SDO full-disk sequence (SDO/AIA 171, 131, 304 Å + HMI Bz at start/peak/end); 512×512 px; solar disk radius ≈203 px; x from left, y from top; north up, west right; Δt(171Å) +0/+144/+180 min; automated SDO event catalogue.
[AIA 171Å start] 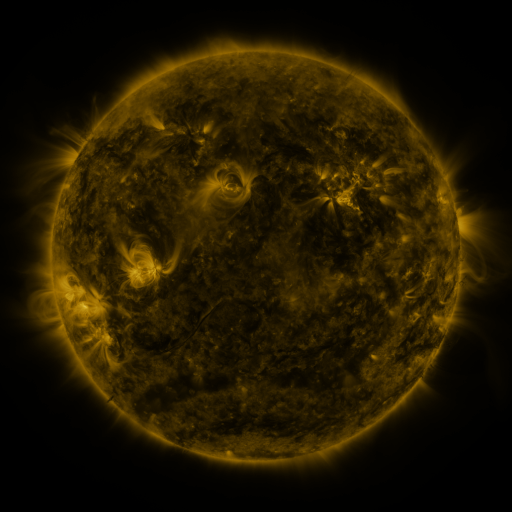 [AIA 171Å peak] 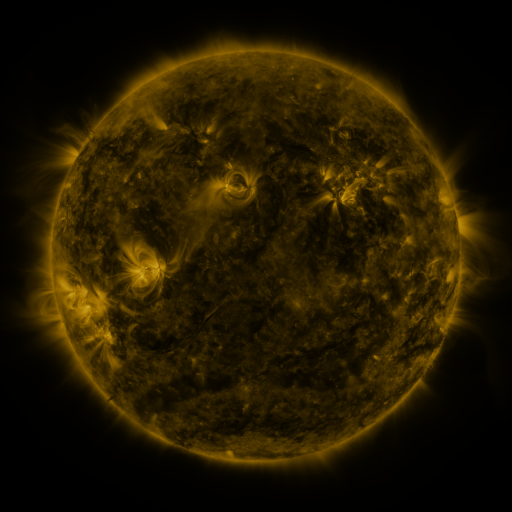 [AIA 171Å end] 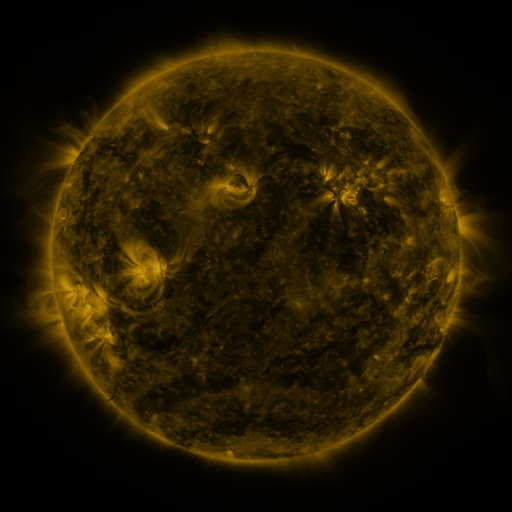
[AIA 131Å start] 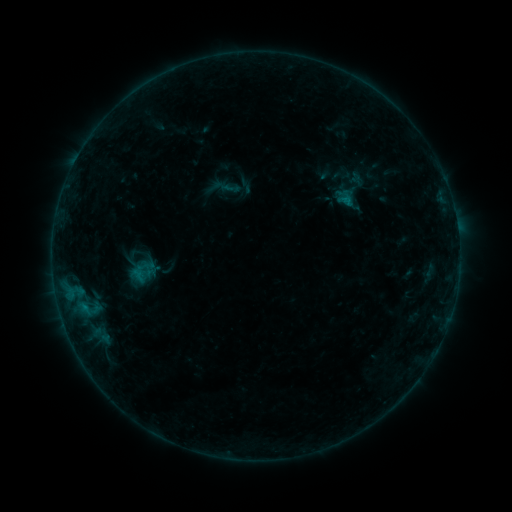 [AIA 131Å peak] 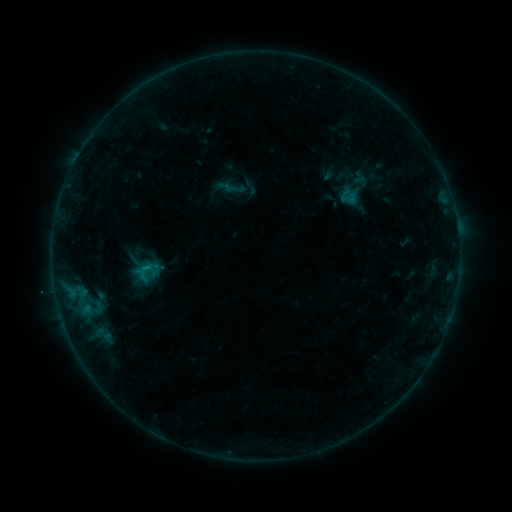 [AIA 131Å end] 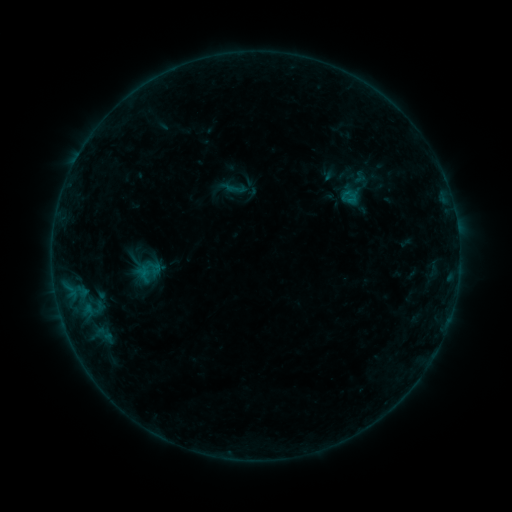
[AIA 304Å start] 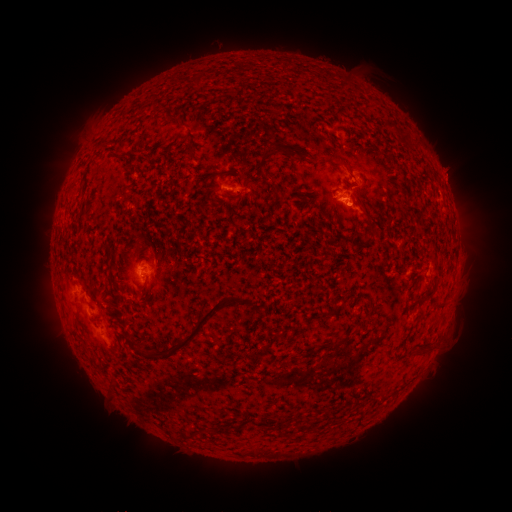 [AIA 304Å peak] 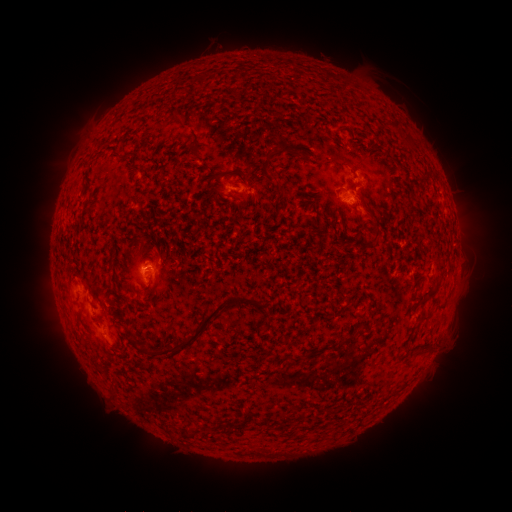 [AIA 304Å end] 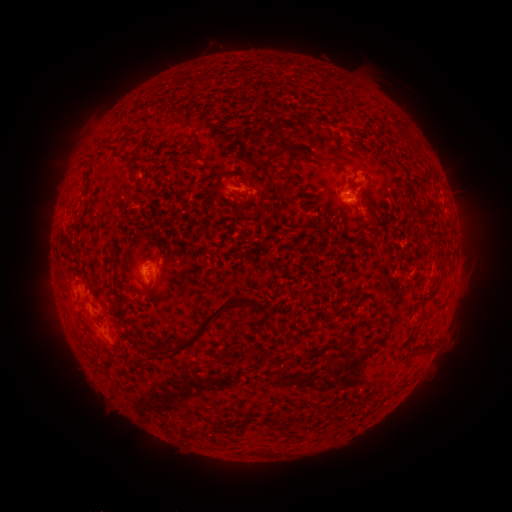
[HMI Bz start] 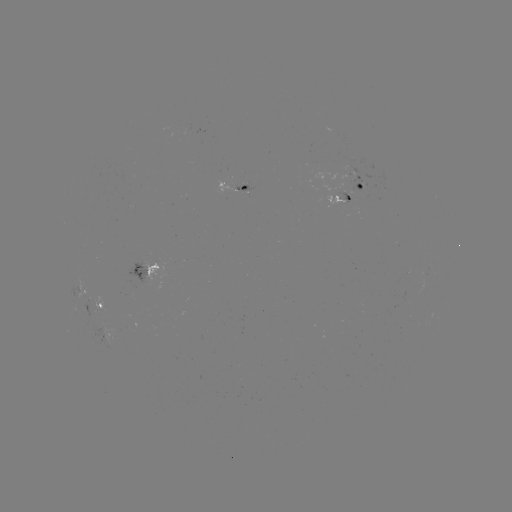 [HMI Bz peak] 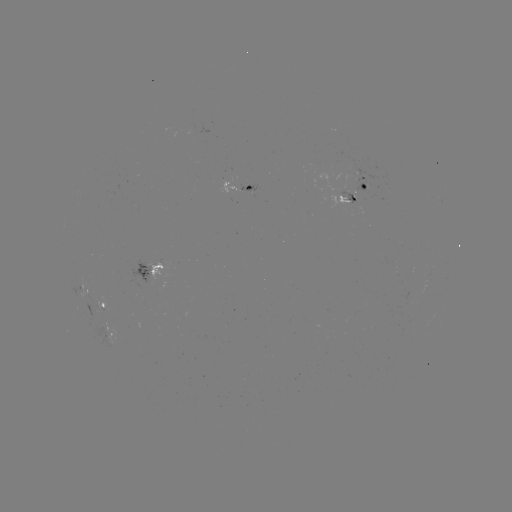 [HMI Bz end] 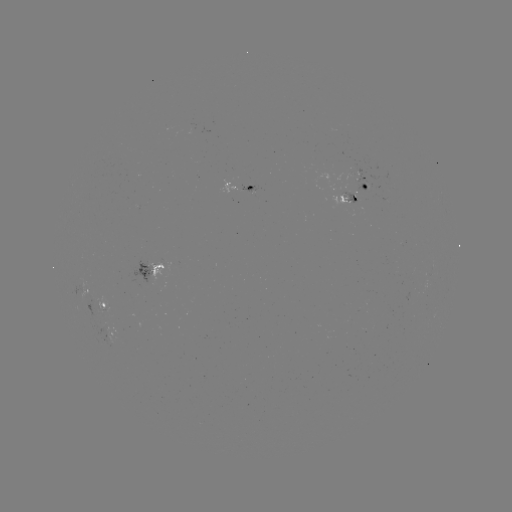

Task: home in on emerging-flux region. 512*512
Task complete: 103,330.